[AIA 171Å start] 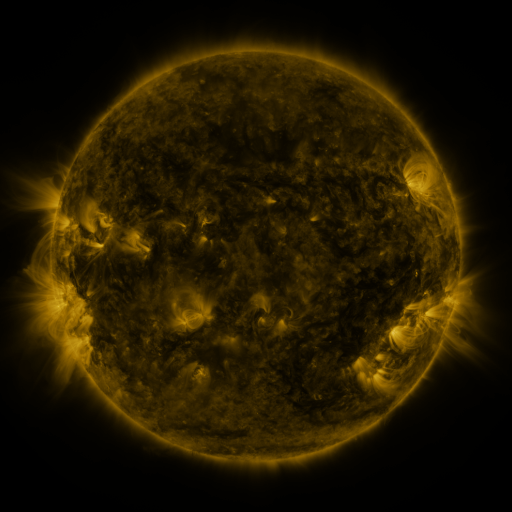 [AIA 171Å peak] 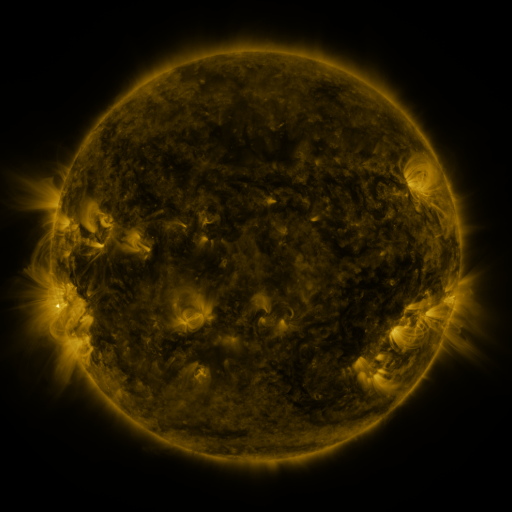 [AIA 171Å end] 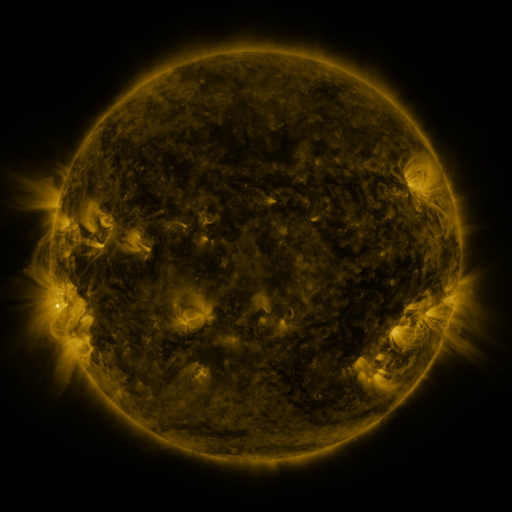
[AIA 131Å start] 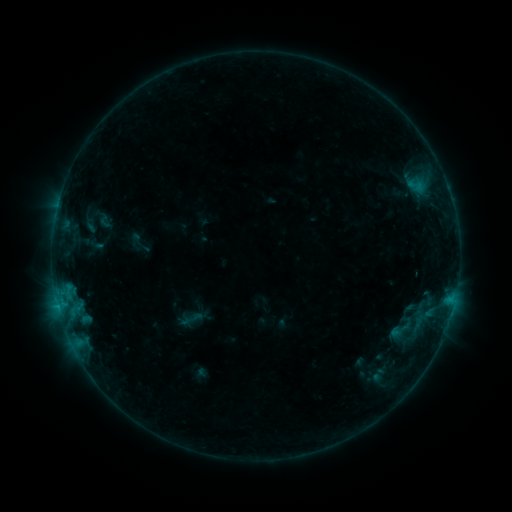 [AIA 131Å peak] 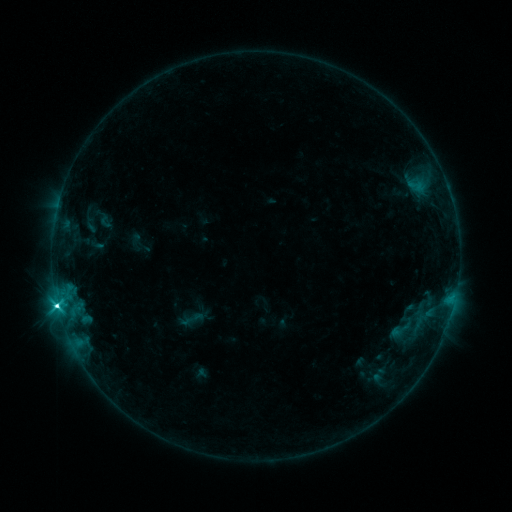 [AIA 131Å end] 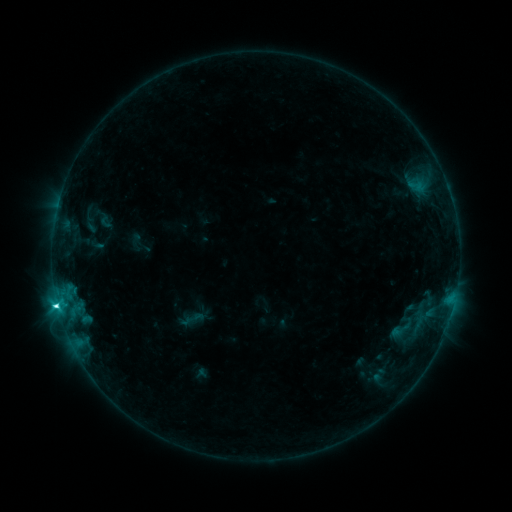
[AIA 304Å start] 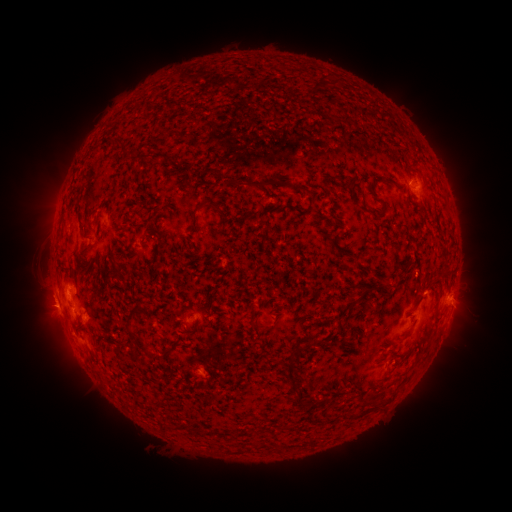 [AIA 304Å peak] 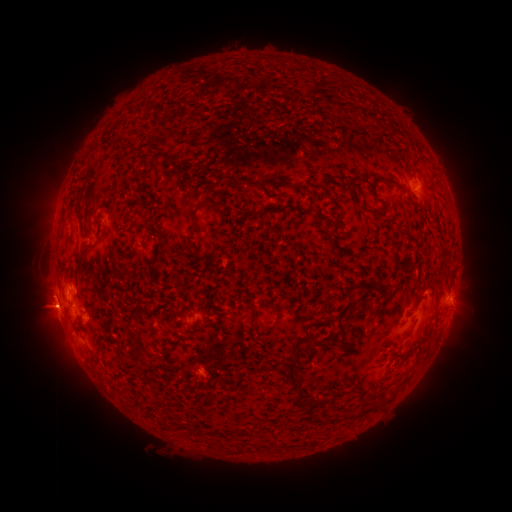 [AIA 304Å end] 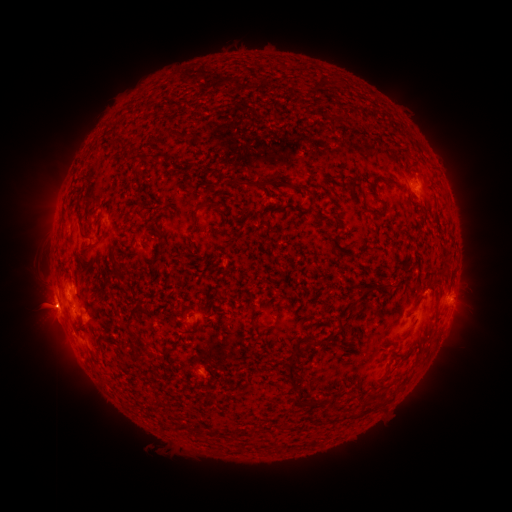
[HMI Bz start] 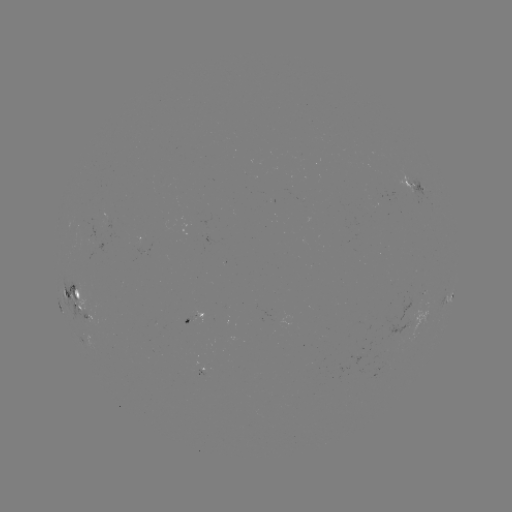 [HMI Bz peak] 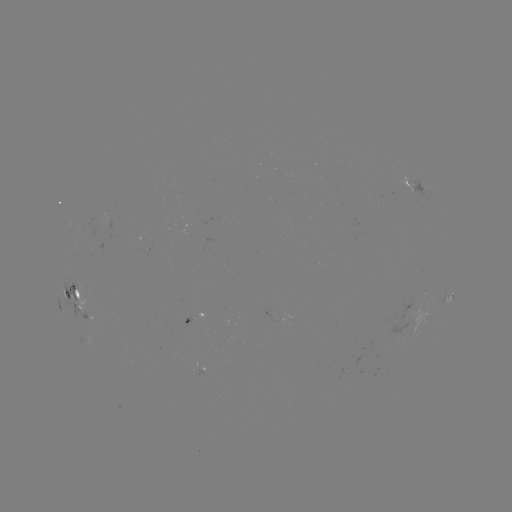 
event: flare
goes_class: C7.2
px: (58, 305)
